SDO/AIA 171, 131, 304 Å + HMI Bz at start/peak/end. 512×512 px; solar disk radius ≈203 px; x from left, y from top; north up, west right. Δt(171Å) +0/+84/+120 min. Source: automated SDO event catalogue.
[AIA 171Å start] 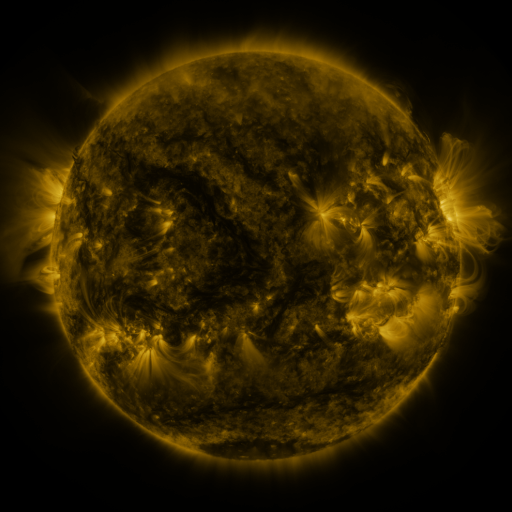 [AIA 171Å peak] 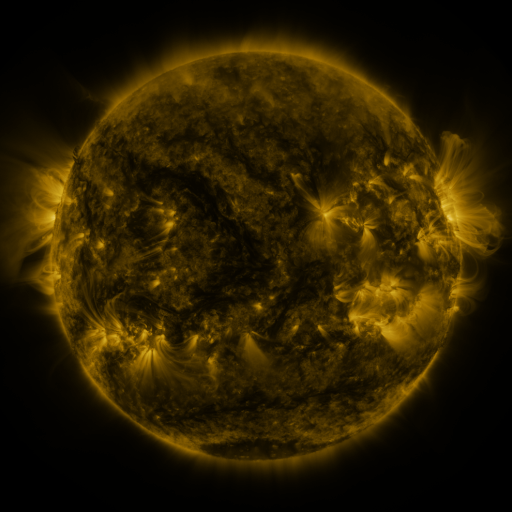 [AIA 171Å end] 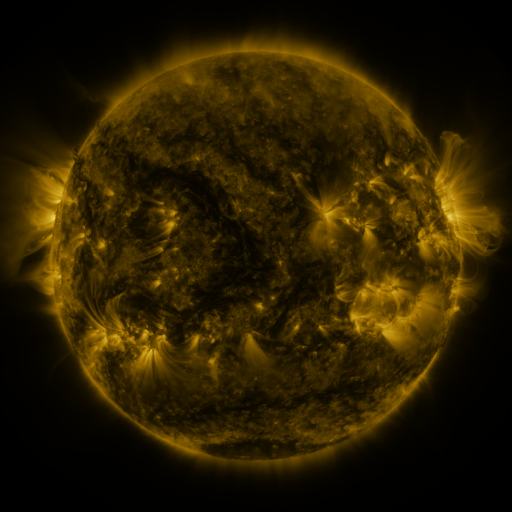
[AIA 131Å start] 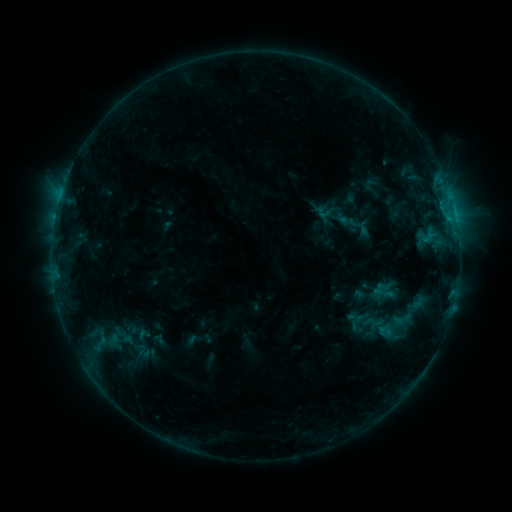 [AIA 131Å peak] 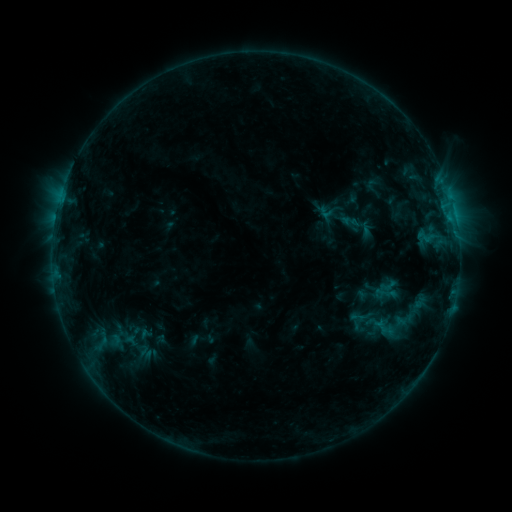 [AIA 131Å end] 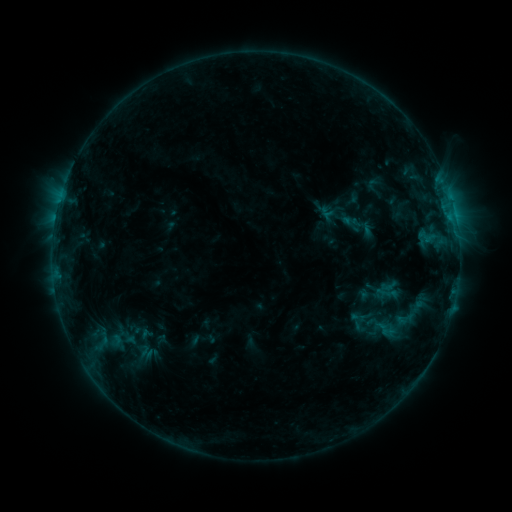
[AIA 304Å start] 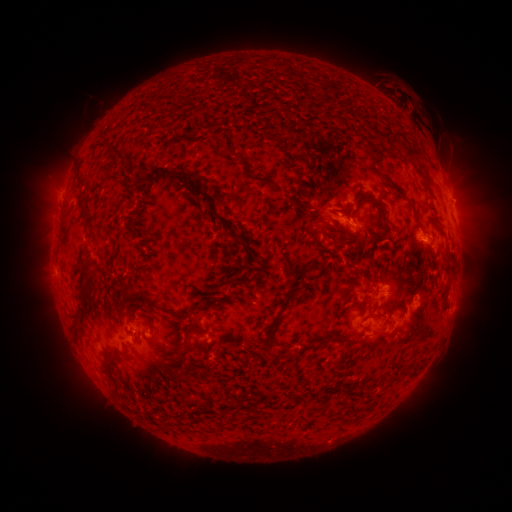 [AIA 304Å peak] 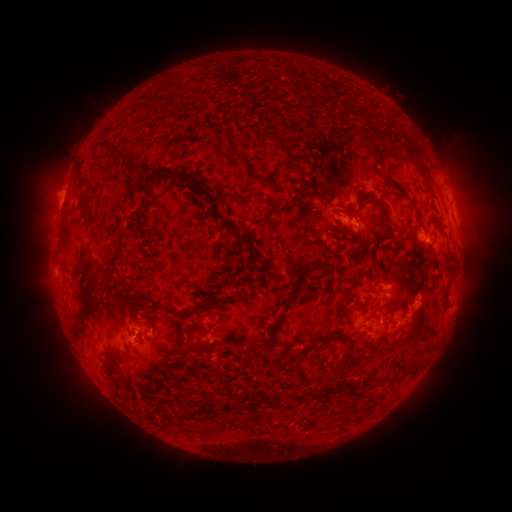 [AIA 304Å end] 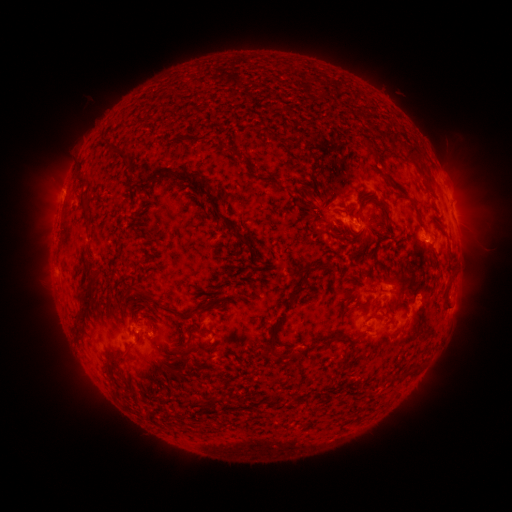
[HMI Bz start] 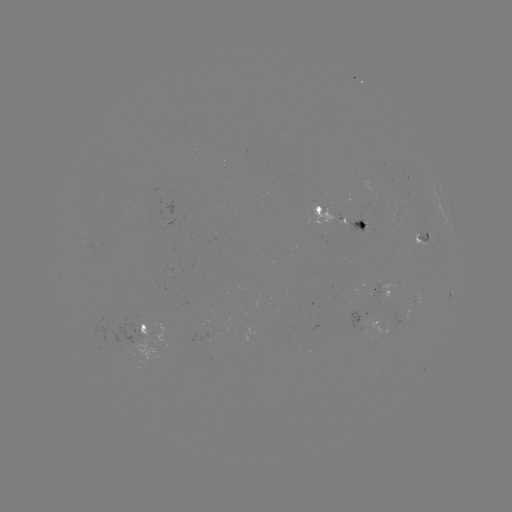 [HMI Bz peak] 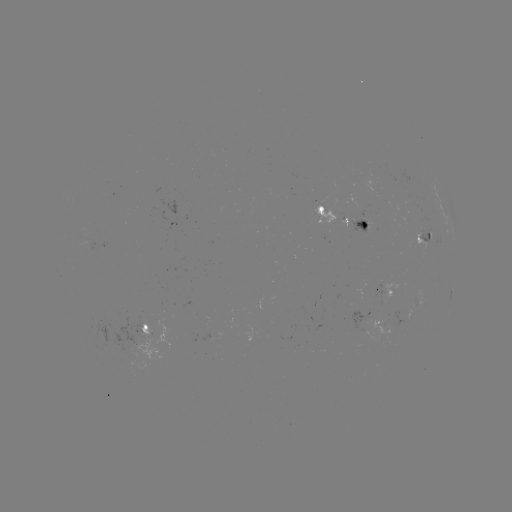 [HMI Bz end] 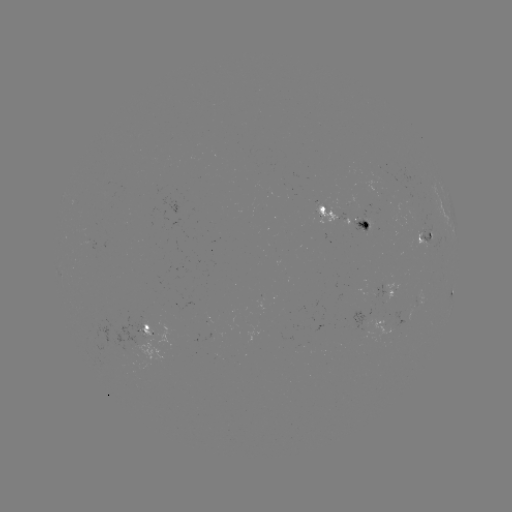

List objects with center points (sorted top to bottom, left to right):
emerging-flux region: (358, 221)
